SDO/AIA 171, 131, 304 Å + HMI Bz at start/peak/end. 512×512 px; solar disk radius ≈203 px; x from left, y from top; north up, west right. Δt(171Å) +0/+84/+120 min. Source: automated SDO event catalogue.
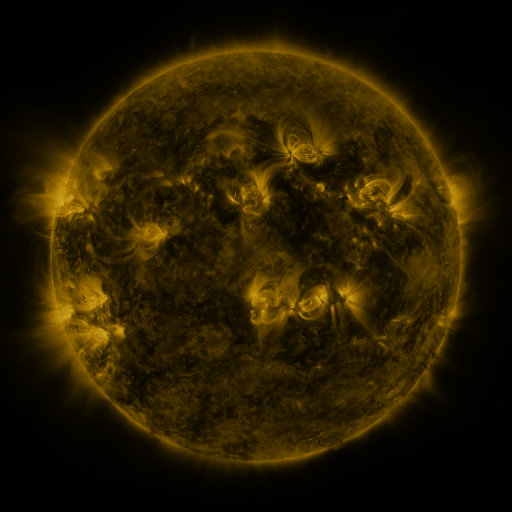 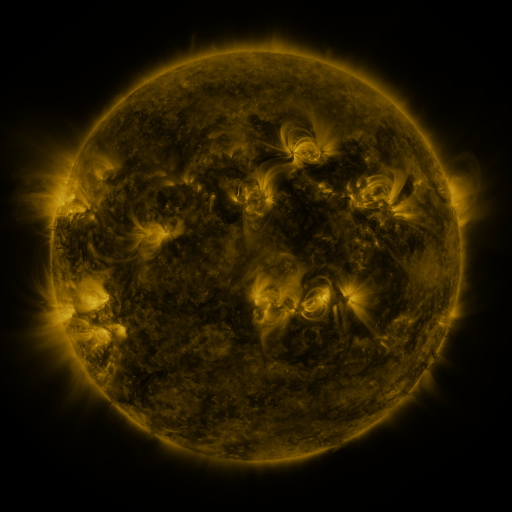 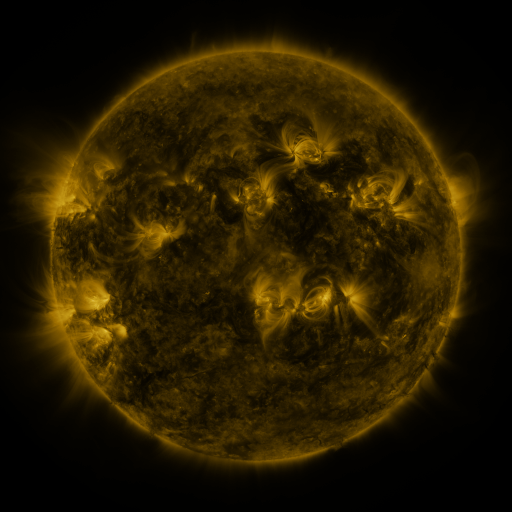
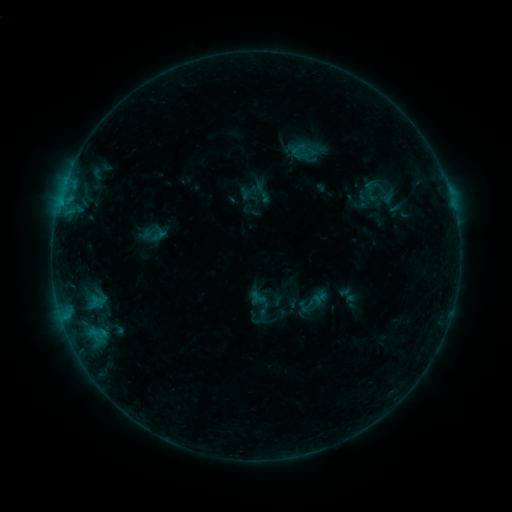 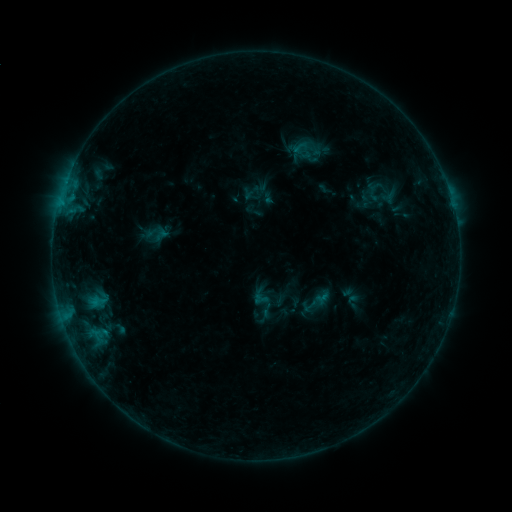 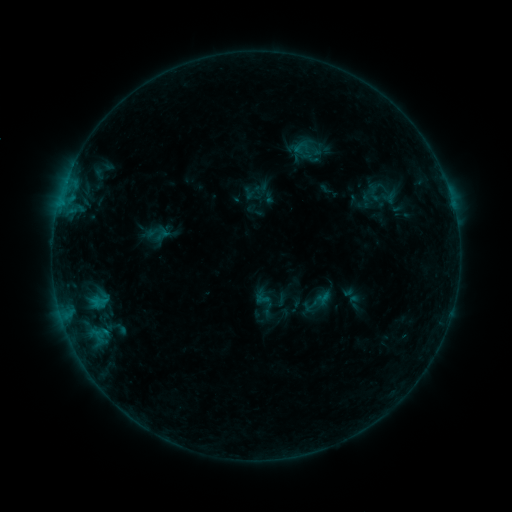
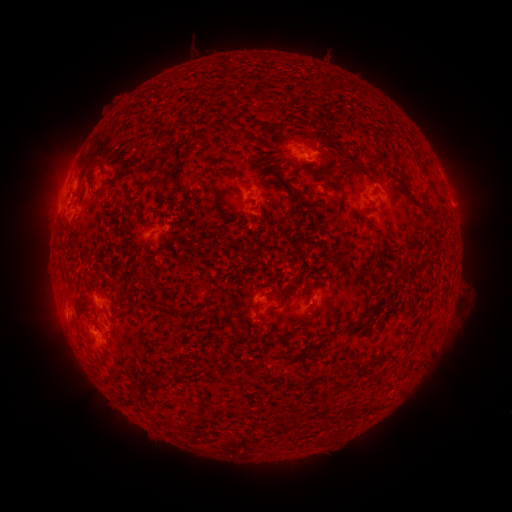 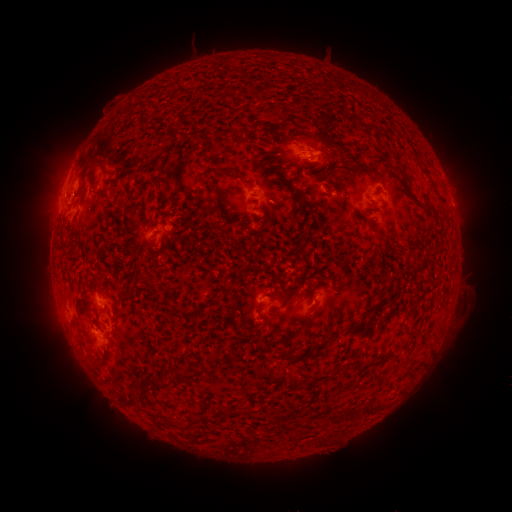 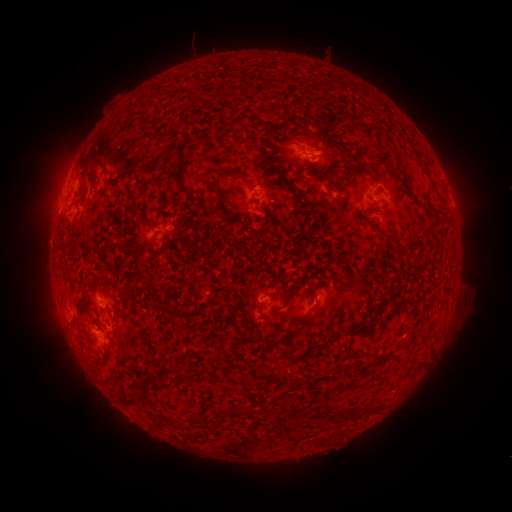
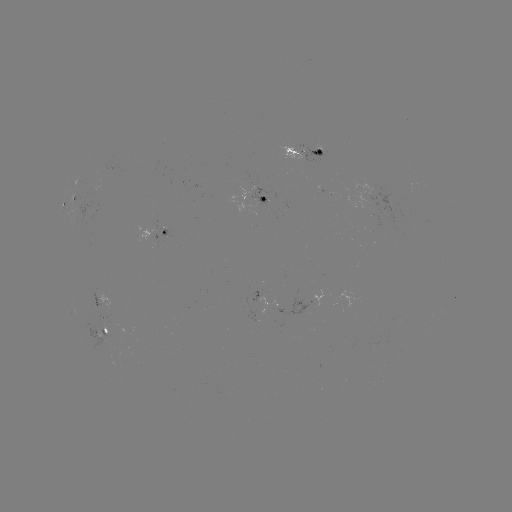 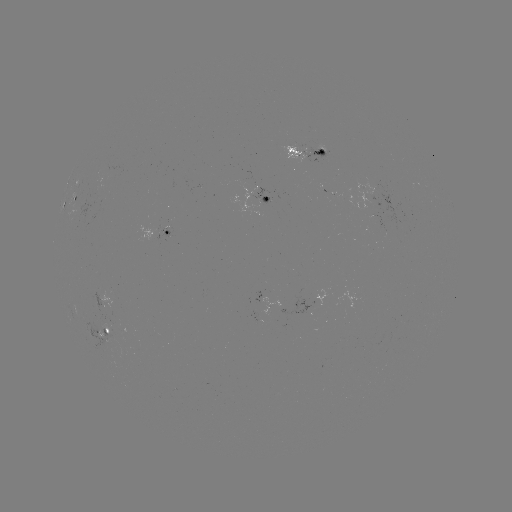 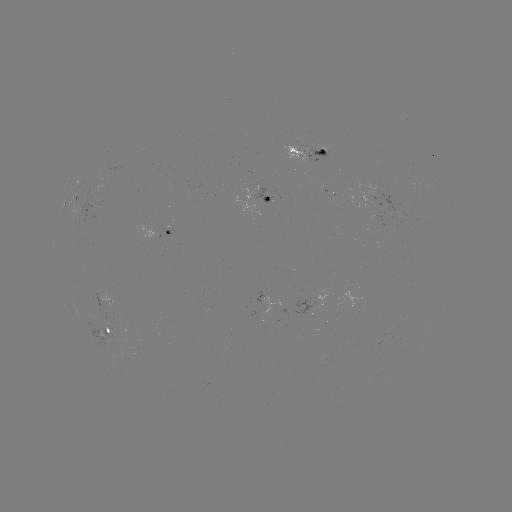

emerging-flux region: [307, 147, 328, 161]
